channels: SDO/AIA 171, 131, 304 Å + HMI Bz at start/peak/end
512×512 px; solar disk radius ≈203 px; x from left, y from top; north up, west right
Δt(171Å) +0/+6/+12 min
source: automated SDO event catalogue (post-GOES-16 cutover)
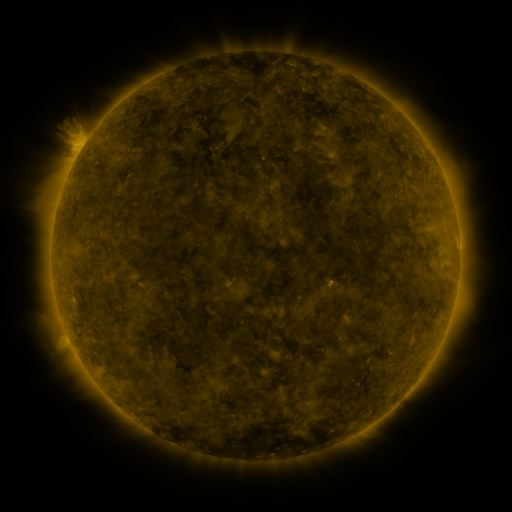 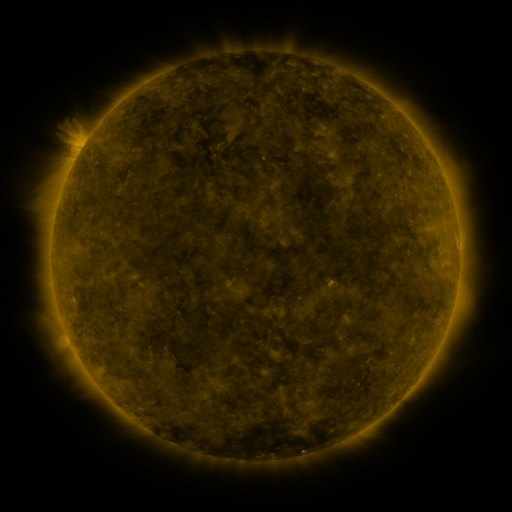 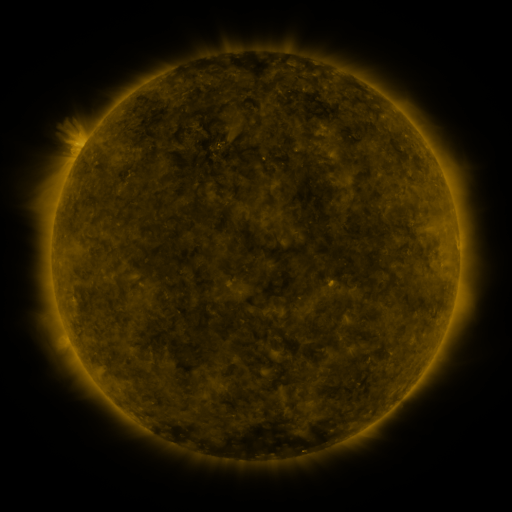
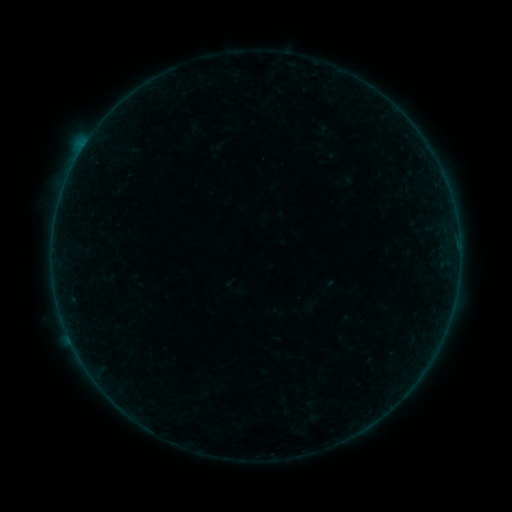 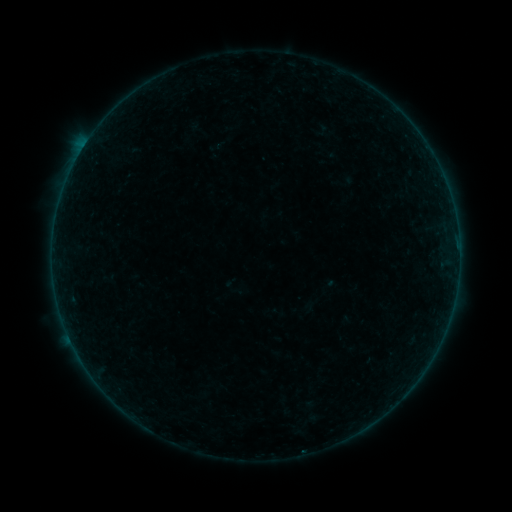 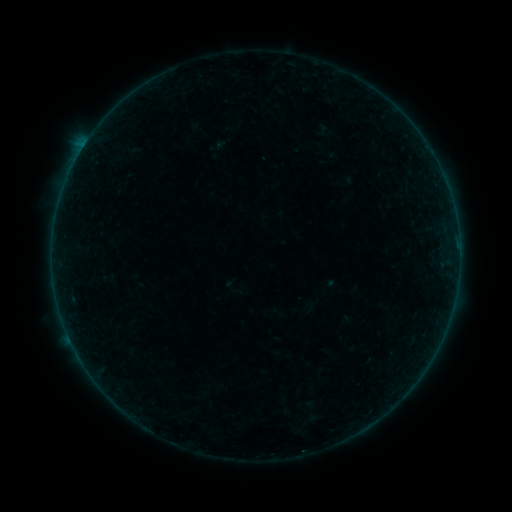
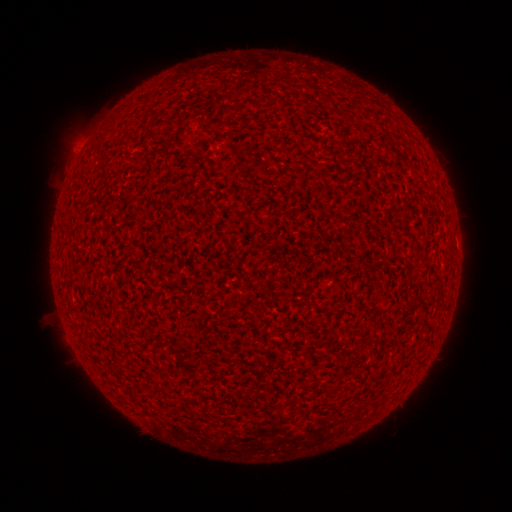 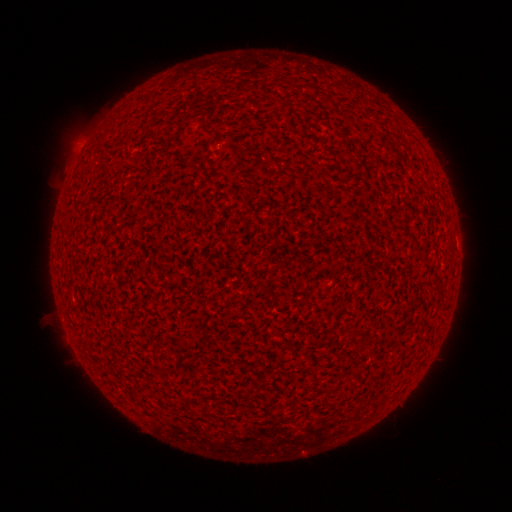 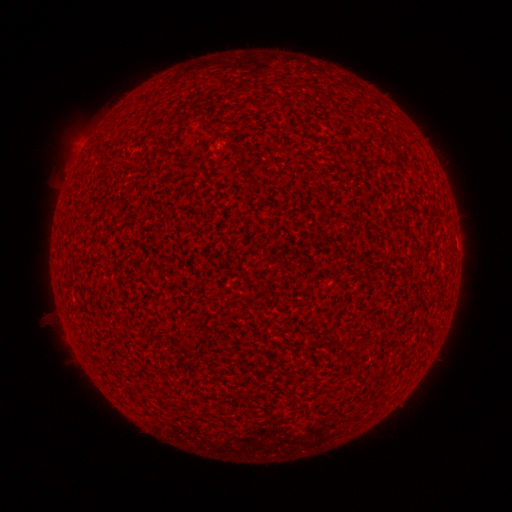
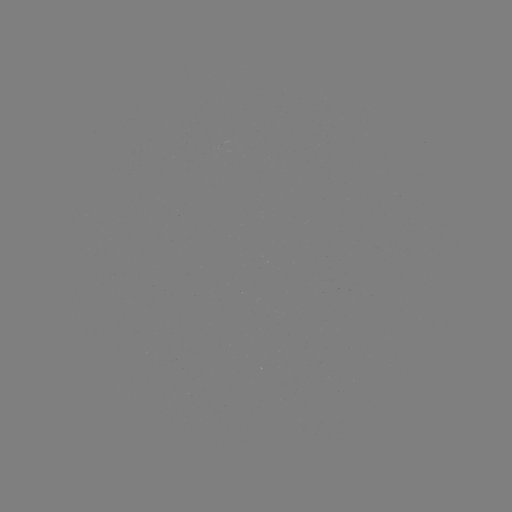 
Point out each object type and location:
A3.5 flare: (303, 451)
